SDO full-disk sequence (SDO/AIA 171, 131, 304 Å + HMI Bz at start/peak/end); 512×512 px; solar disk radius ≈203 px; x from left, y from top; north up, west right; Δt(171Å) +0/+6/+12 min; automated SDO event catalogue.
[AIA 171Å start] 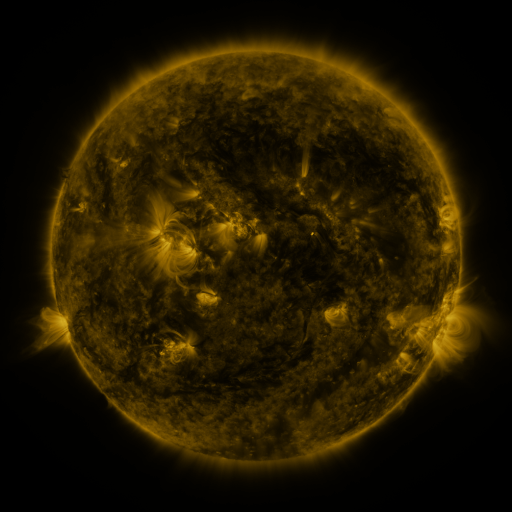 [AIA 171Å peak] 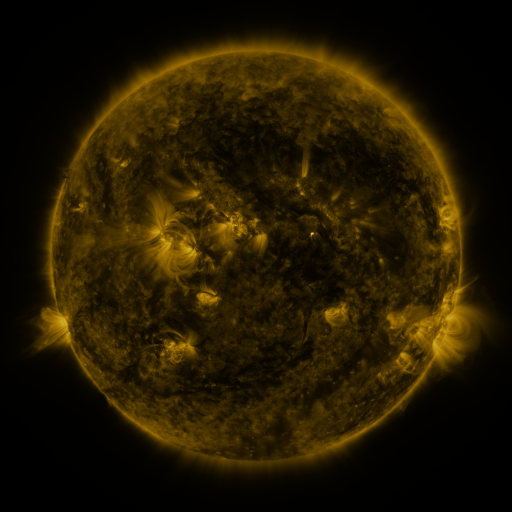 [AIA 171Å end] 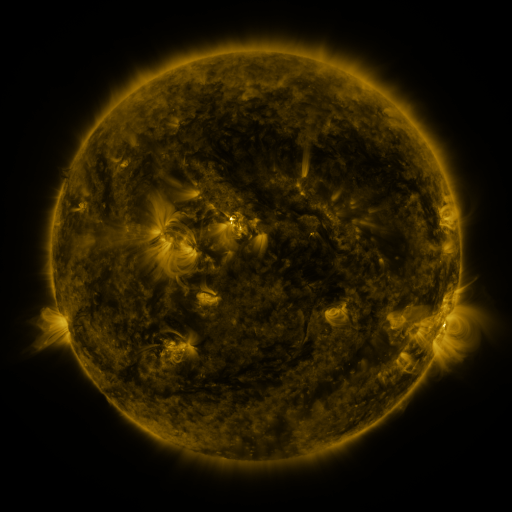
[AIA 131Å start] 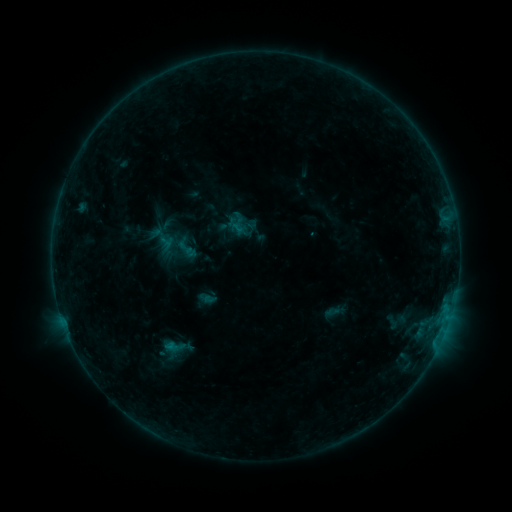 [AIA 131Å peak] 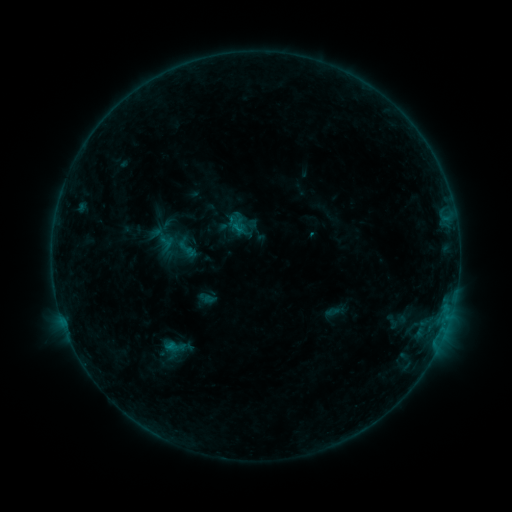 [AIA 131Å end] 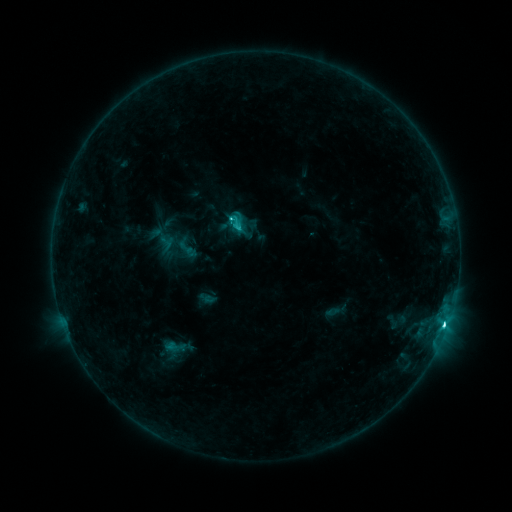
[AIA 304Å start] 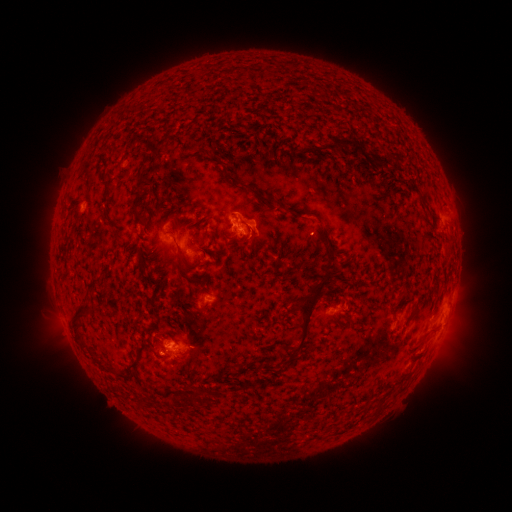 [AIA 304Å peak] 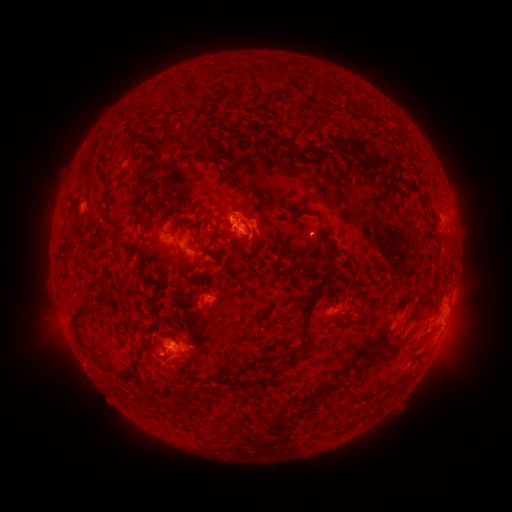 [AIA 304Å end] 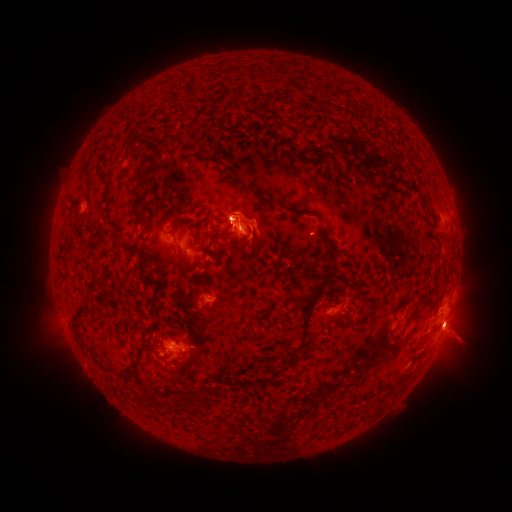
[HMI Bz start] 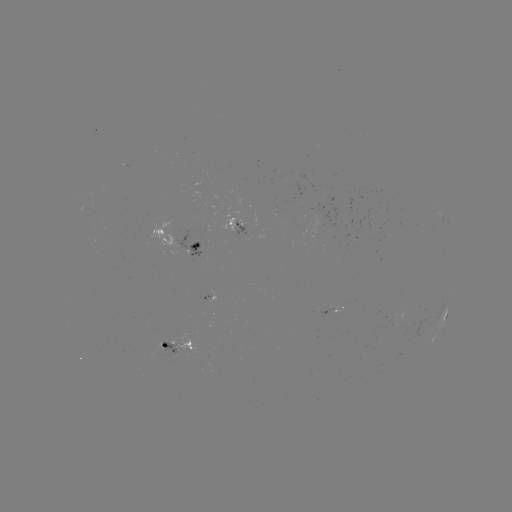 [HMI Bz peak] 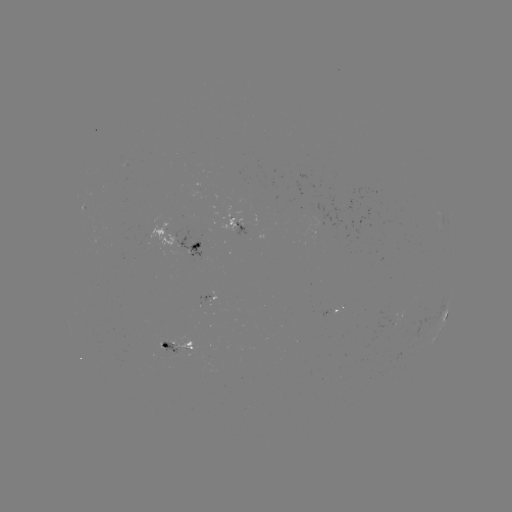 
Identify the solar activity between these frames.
eruption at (456, 321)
